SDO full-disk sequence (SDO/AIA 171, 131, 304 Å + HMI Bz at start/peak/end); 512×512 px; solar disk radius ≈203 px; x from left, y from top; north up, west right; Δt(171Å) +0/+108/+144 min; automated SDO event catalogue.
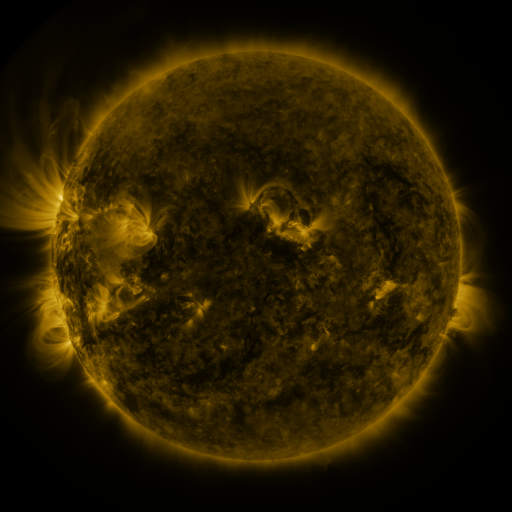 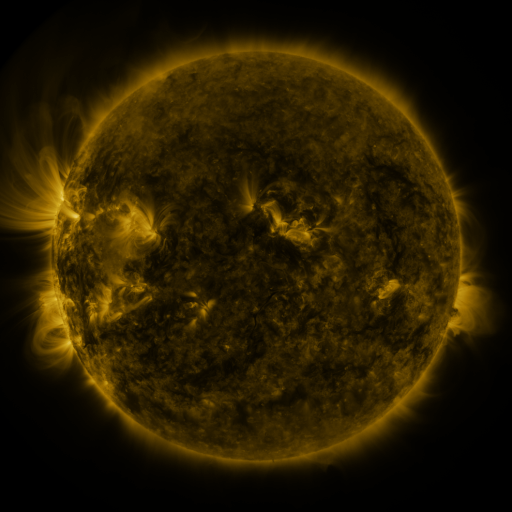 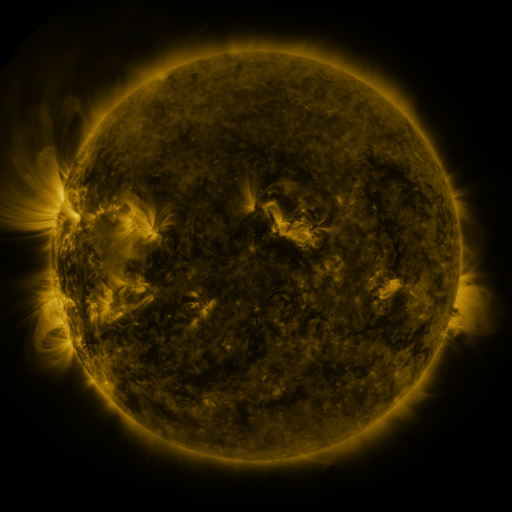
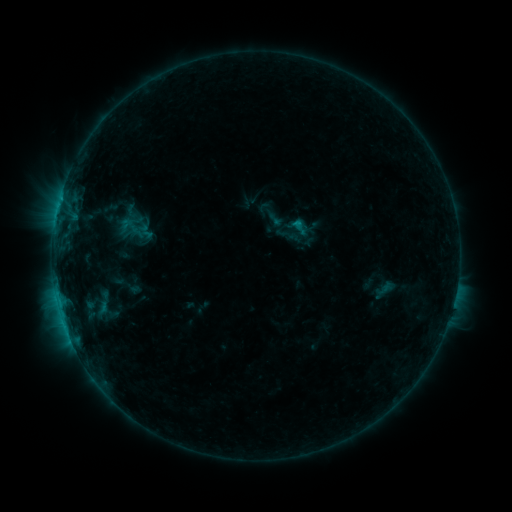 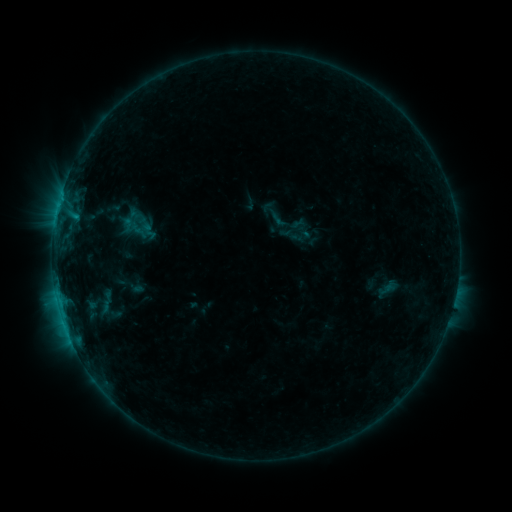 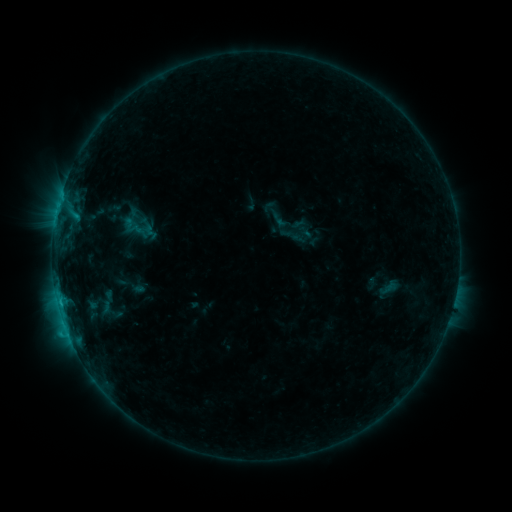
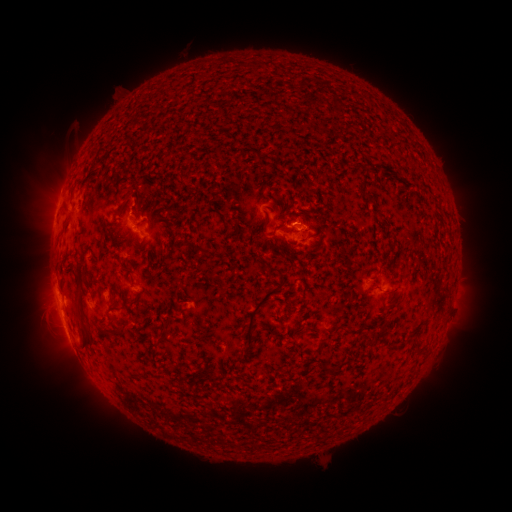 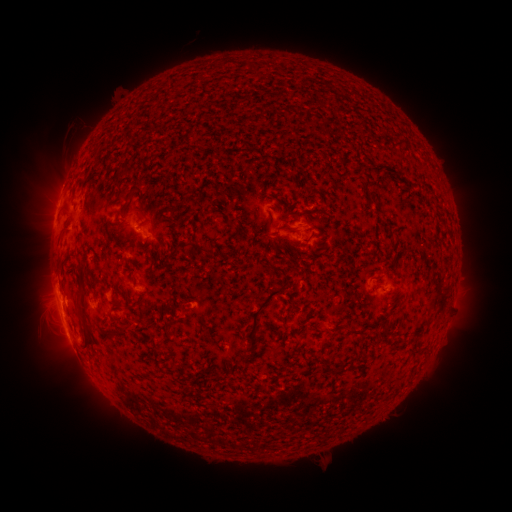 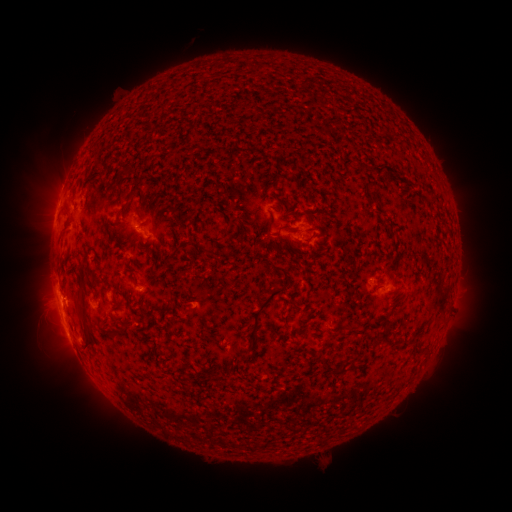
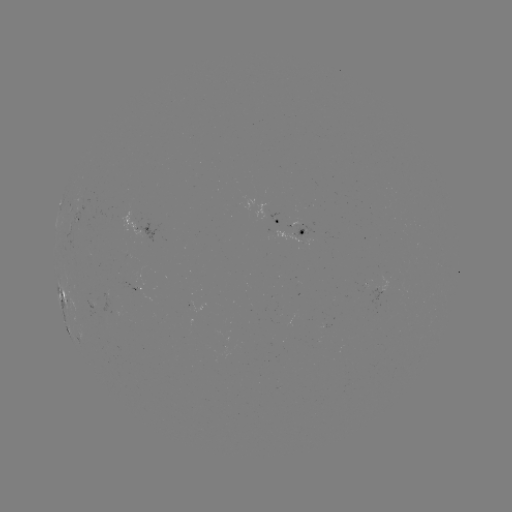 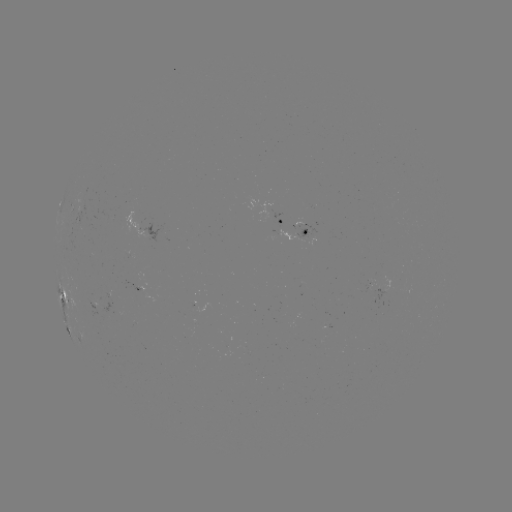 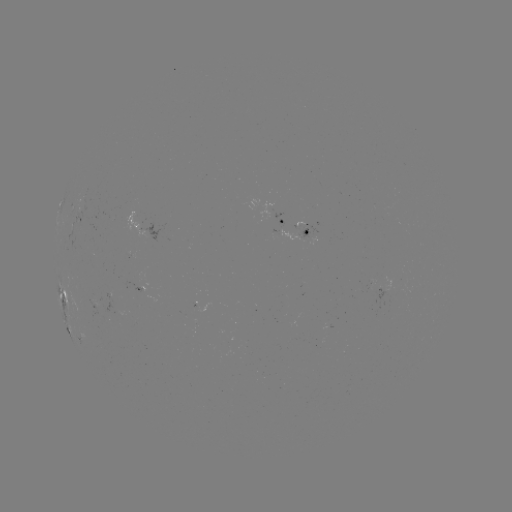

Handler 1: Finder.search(emerging-flux region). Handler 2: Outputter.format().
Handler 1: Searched emerging-flux region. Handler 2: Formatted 103,302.